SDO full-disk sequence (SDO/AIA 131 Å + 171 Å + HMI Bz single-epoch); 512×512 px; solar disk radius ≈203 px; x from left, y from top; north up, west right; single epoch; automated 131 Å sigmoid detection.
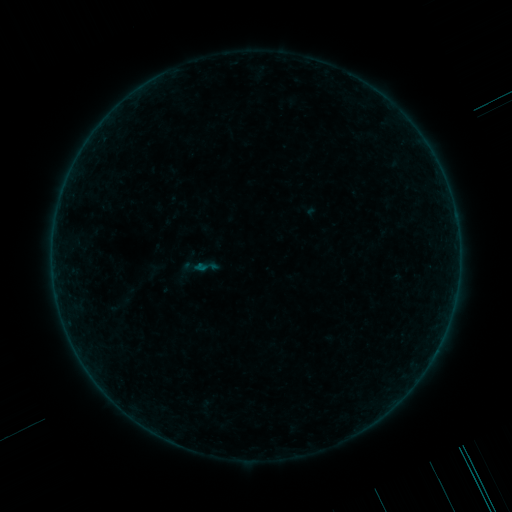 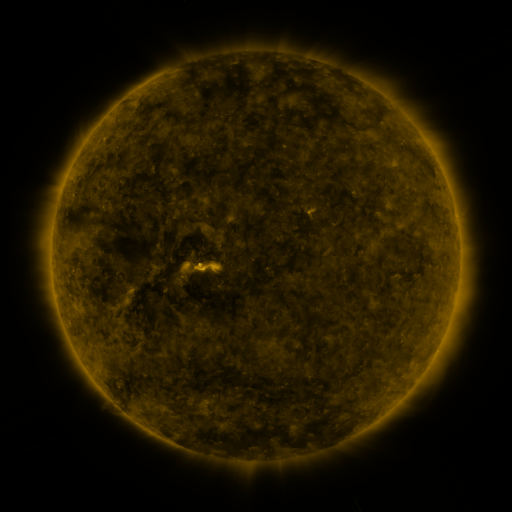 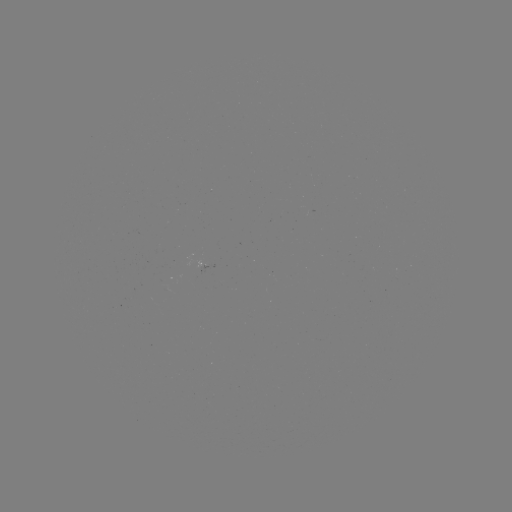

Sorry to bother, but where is sigmoid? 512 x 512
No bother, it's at (206, 266).